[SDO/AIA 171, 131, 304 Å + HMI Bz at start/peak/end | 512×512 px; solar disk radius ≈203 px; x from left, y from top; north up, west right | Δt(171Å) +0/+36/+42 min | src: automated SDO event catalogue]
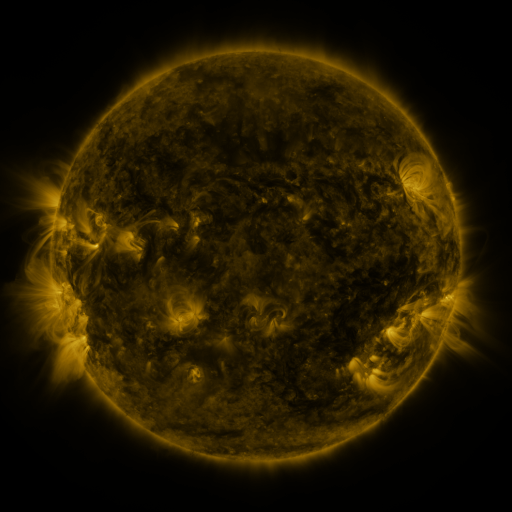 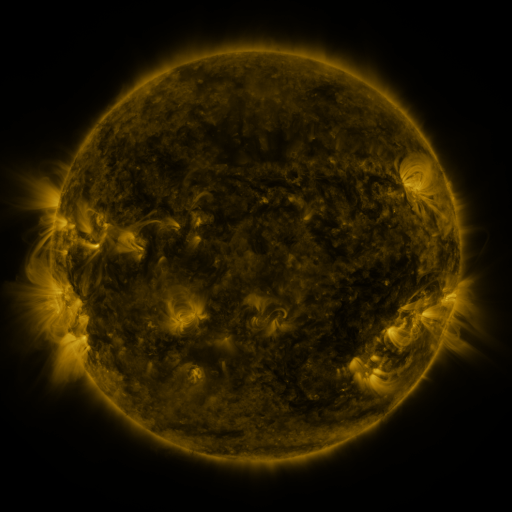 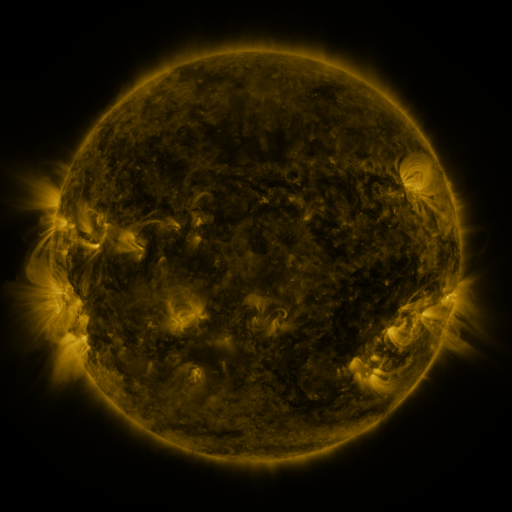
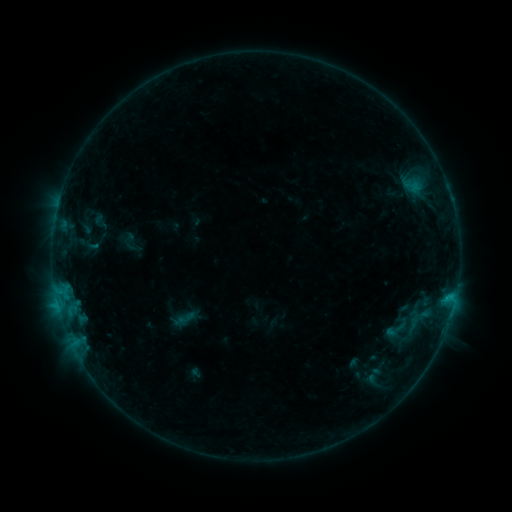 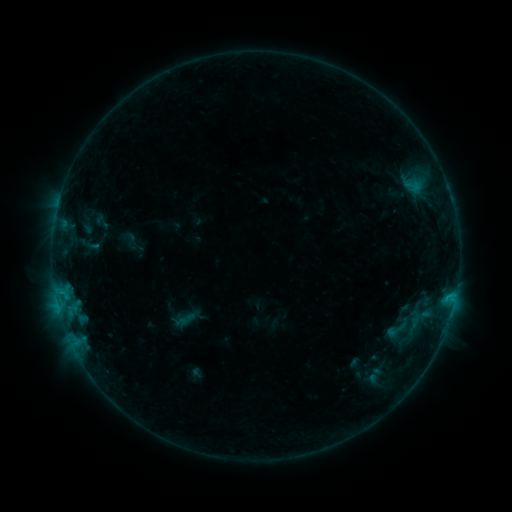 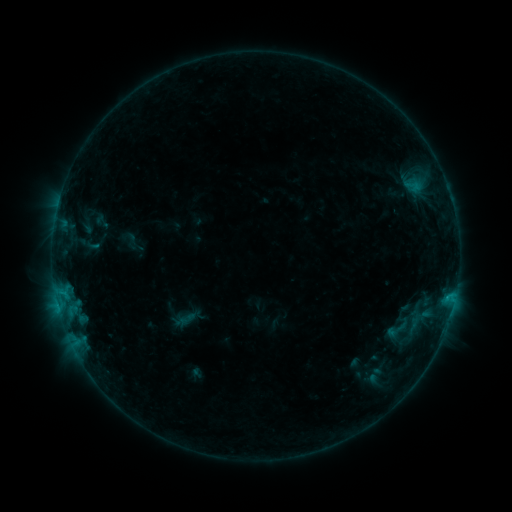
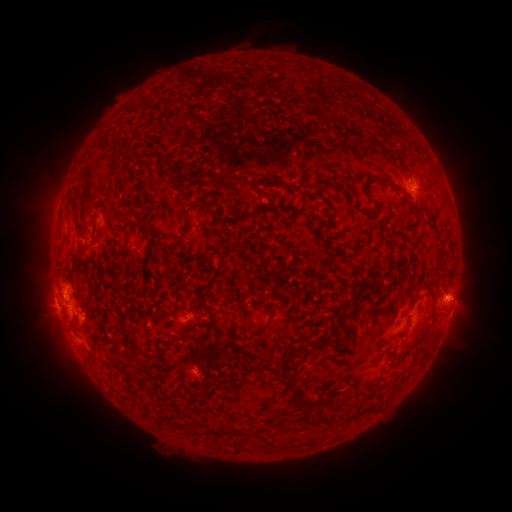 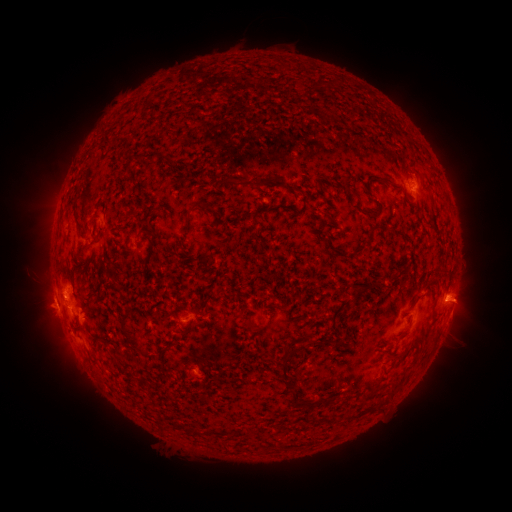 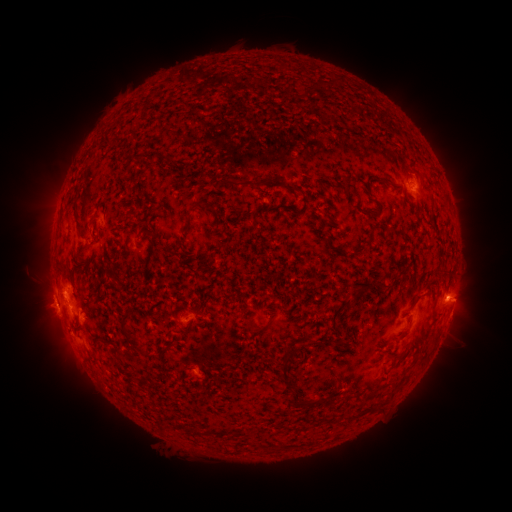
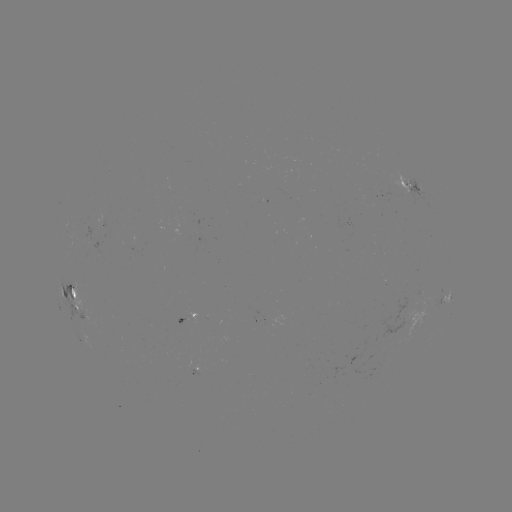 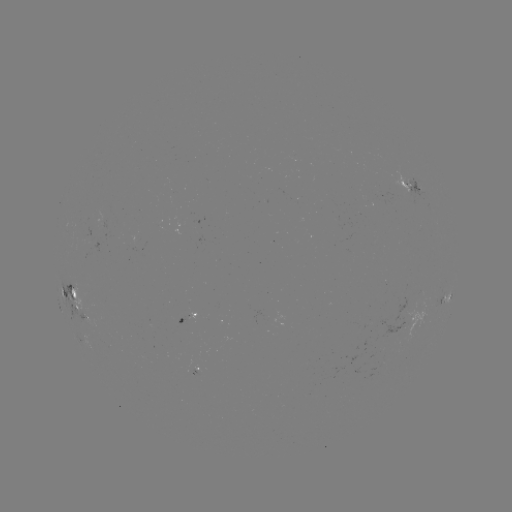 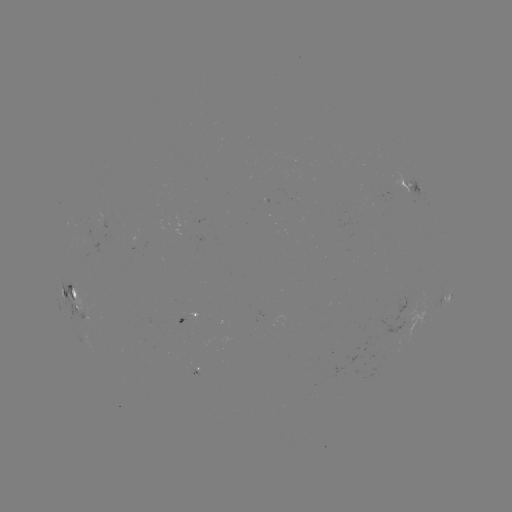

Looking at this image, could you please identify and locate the B9.5 flare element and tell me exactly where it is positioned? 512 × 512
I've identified B9.5 flare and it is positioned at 63,290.